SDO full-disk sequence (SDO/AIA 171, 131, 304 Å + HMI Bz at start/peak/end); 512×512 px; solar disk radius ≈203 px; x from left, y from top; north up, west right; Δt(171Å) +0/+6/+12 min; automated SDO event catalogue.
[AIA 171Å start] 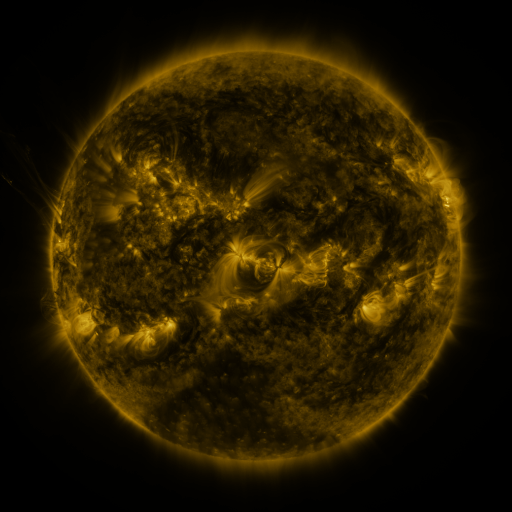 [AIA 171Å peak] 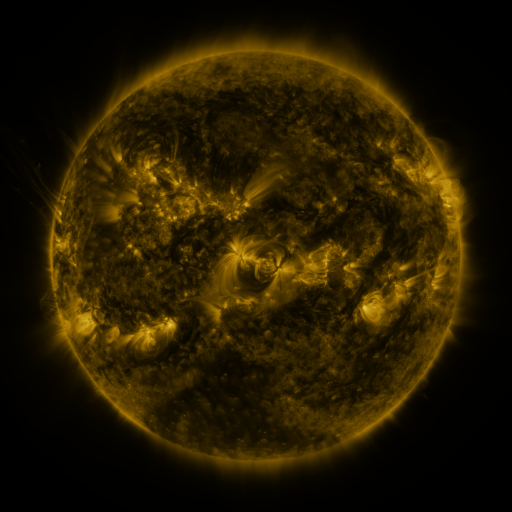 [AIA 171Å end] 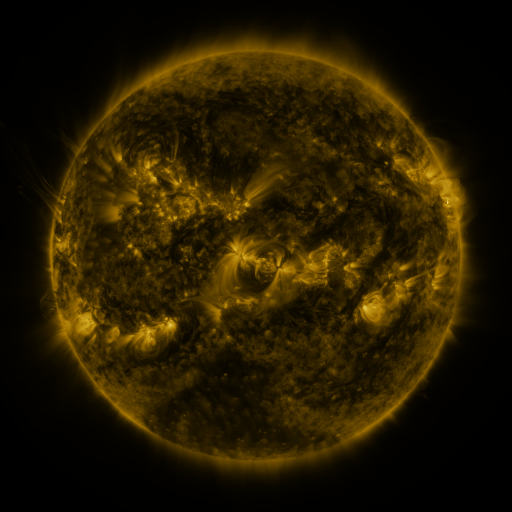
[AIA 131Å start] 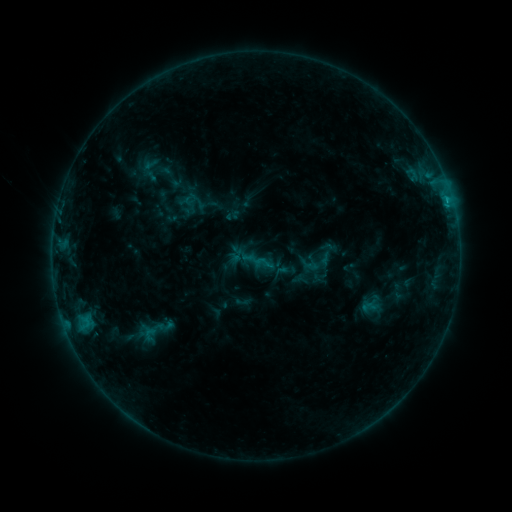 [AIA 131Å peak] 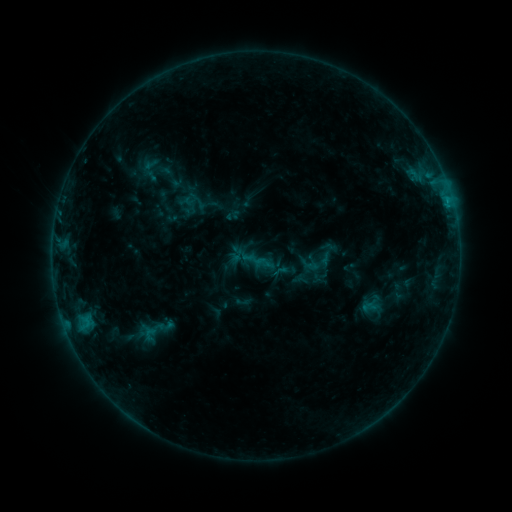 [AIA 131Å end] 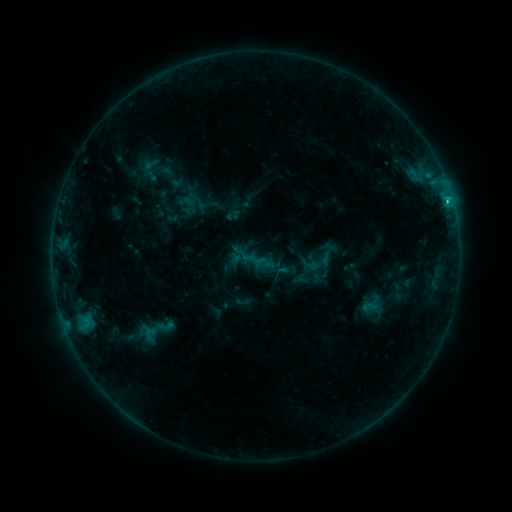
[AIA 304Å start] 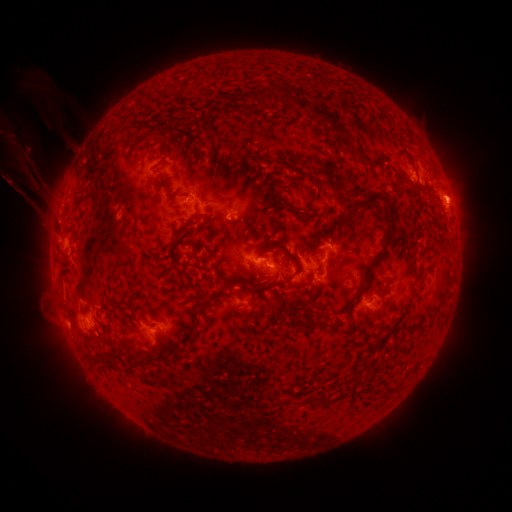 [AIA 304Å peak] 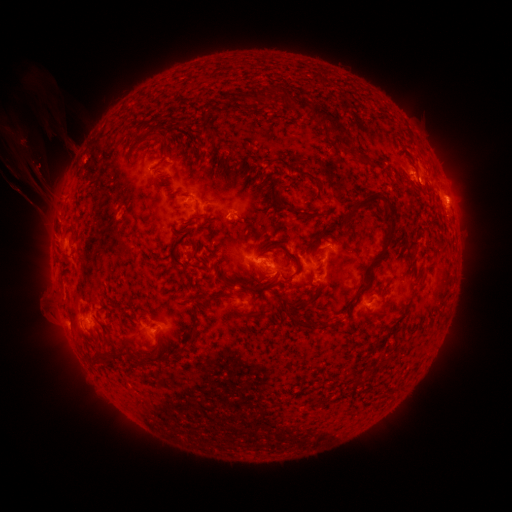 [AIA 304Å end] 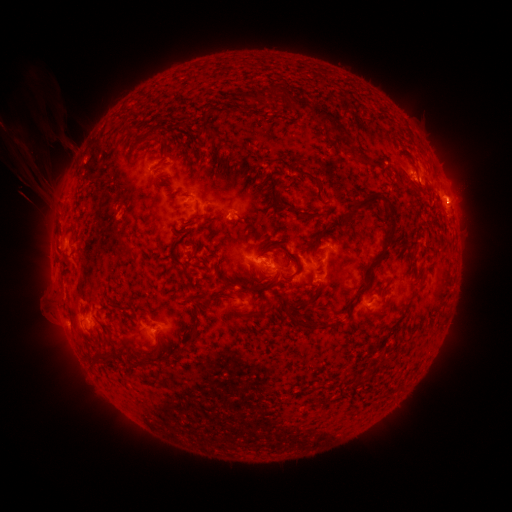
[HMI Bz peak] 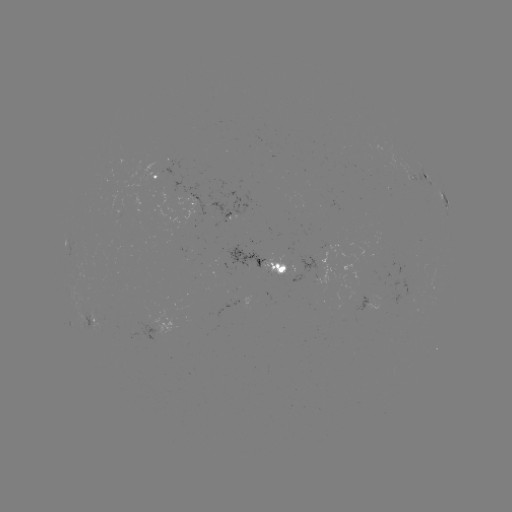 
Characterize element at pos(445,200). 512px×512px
C1.1 flare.